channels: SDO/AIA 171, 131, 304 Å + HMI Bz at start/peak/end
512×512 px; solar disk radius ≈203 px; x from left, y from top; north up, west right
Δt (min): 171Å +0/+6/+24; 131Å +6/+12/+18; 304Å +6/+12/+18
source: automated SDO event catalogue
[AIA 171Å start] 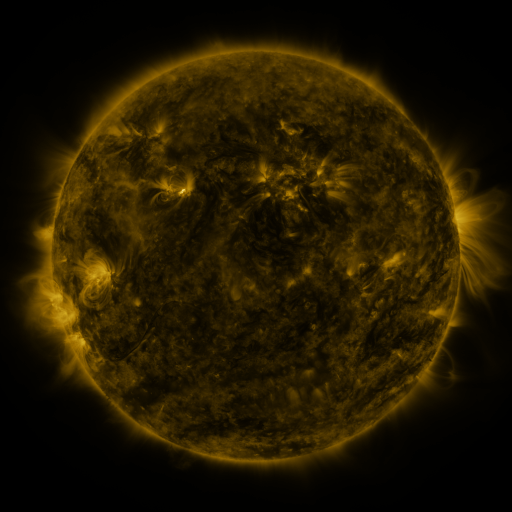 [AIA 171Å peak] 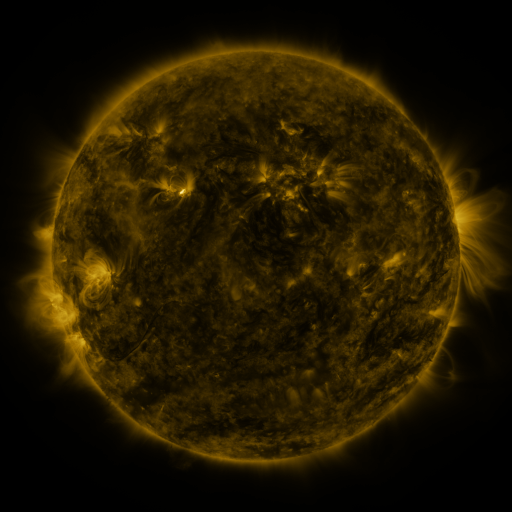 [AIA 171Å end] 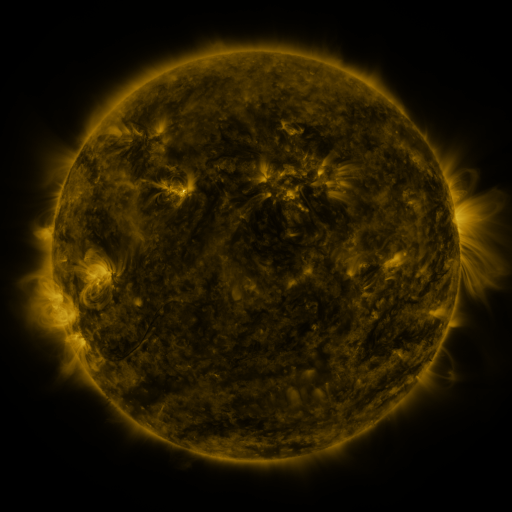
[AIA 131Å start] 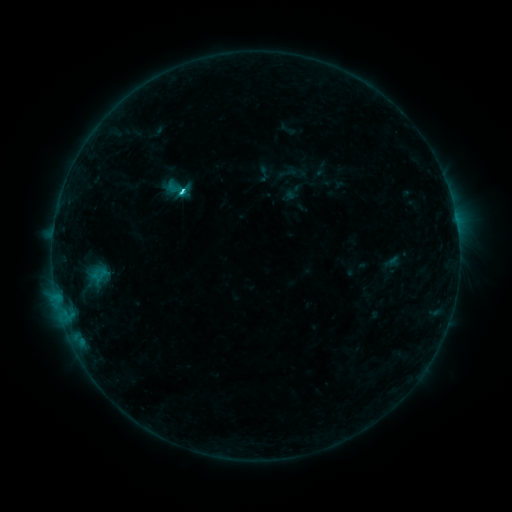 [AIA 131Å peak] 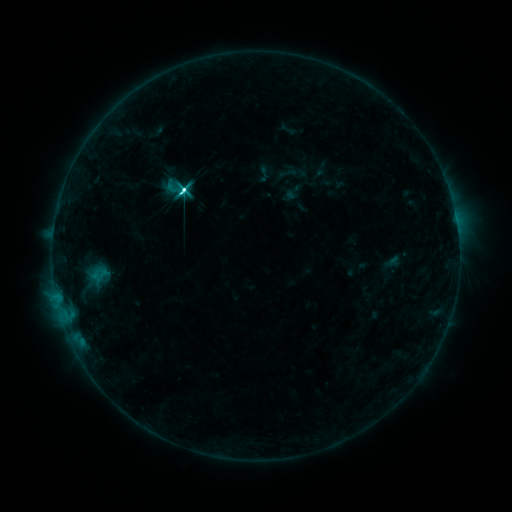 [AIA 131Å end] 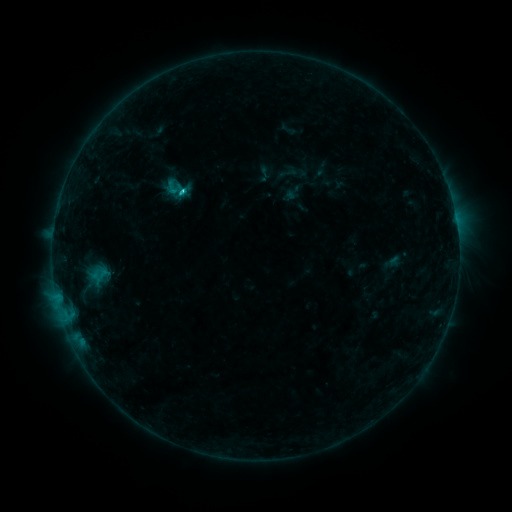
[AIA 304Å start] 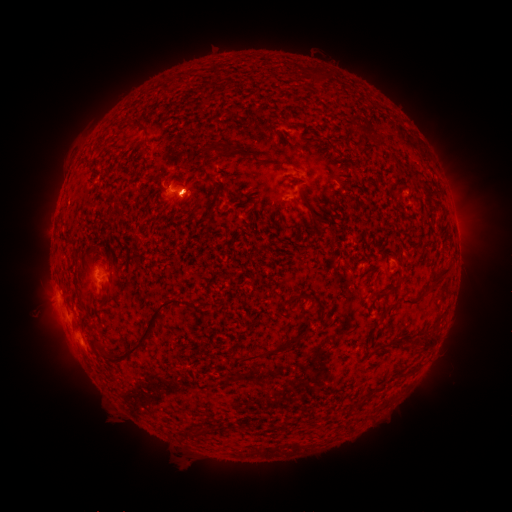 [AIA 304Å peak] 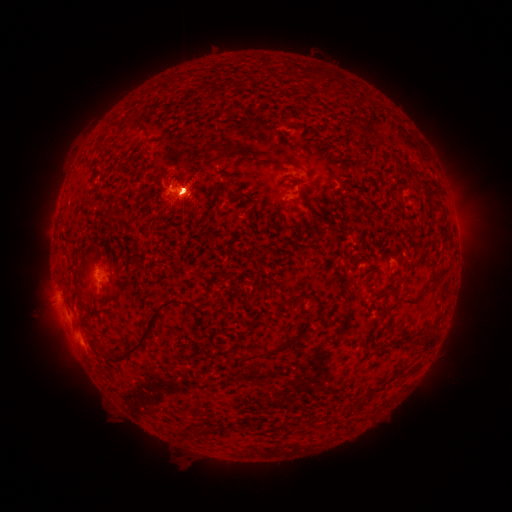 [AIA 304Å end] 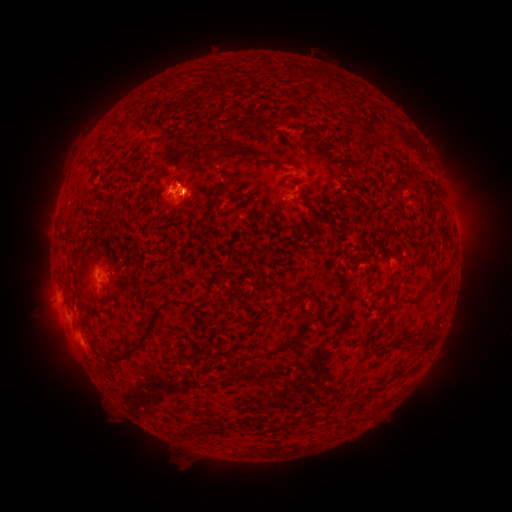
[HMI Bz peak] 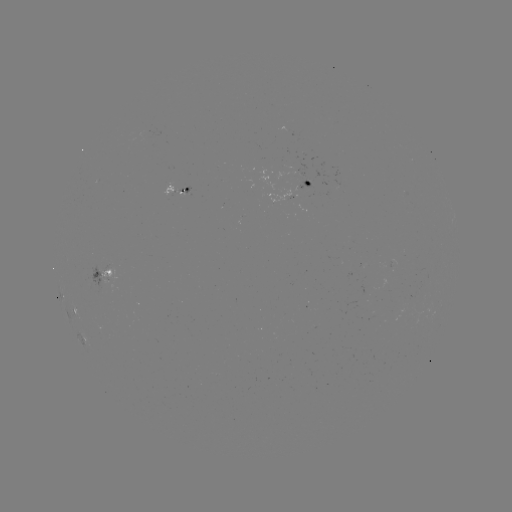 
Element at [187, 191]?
M1.9 flare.